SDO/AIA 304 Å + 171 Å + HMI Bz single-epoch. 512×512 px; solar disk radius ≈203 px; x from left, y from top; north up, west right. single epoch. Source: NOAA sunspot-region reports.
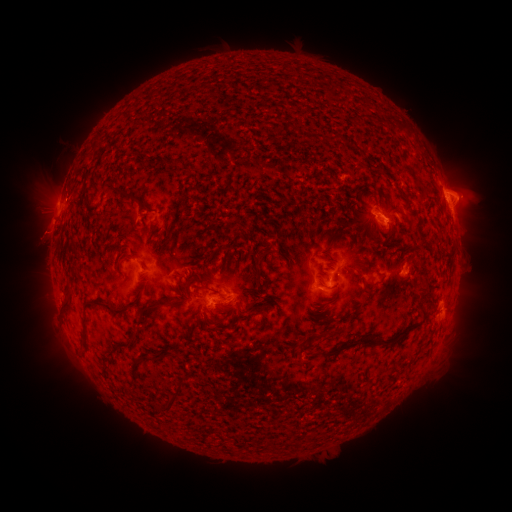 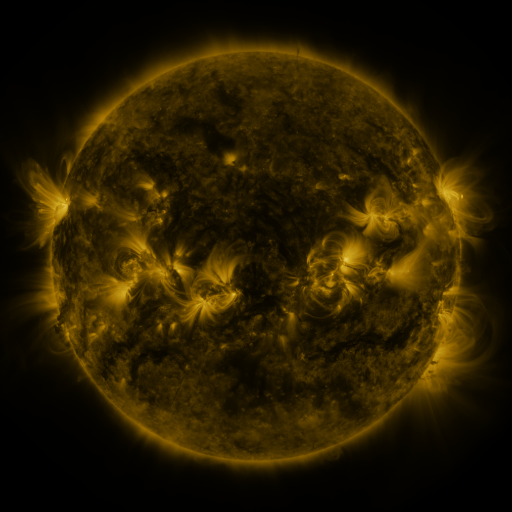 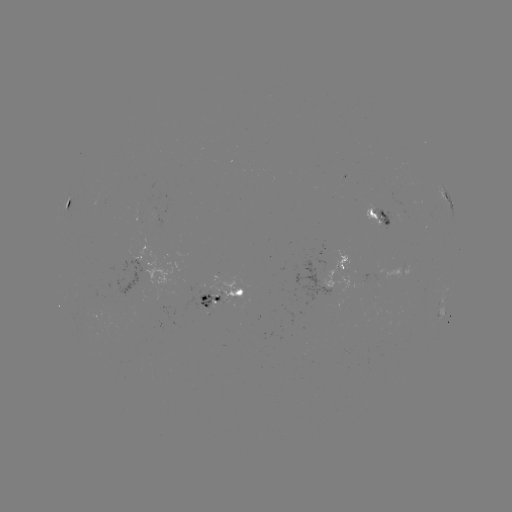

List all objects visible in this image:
spotted active region: (448, 202)
spotted active region: (71, 204)
spotted active region: (383, 215)
spotted active region: (344, 264)
spotted active region: (137, 267)
spotted active region: (225, 294)
spotted active region: (441, 311)
